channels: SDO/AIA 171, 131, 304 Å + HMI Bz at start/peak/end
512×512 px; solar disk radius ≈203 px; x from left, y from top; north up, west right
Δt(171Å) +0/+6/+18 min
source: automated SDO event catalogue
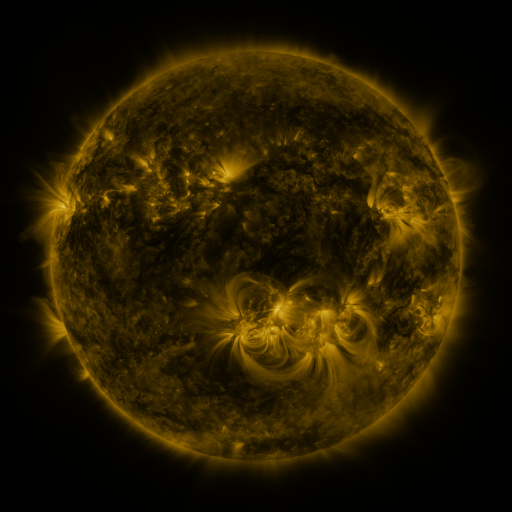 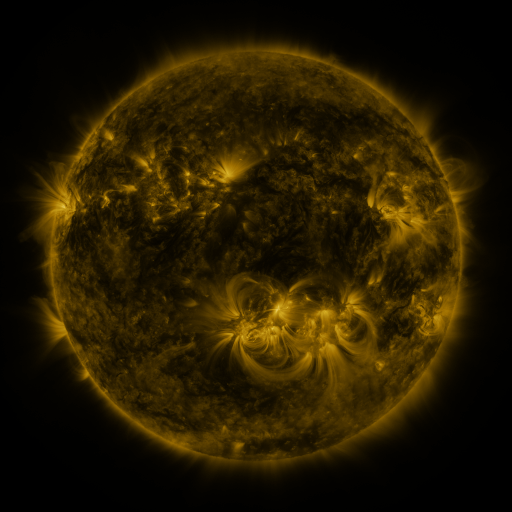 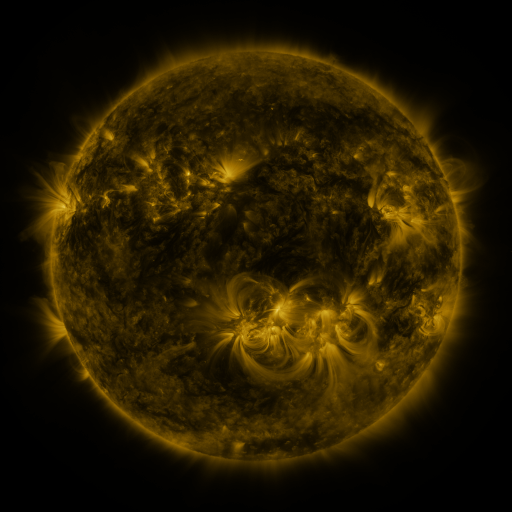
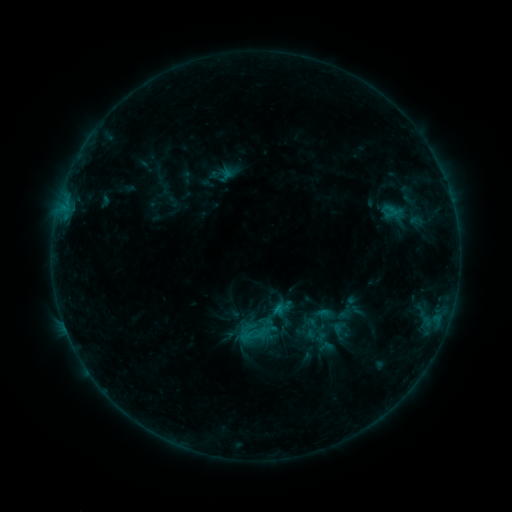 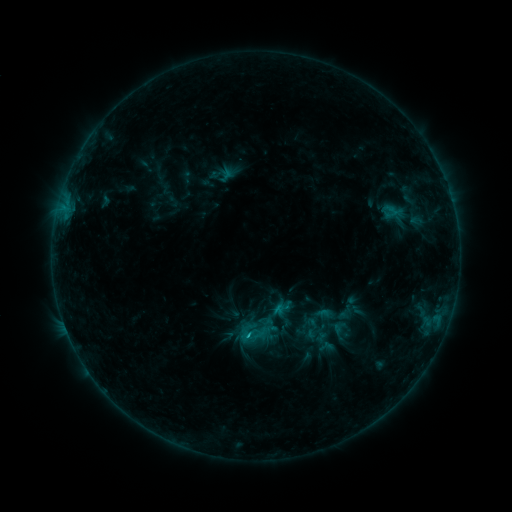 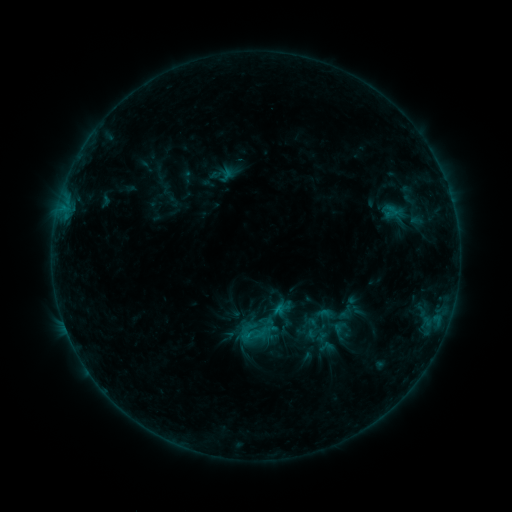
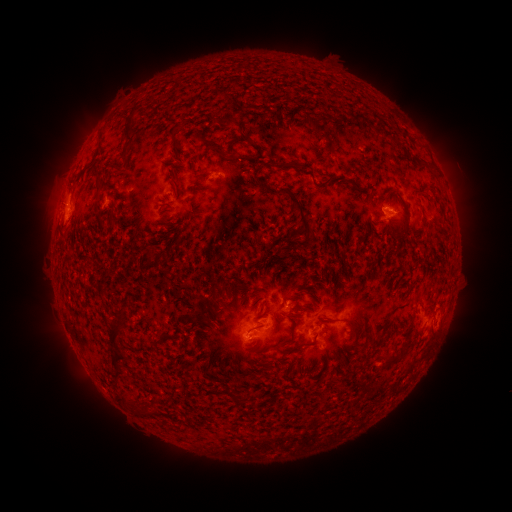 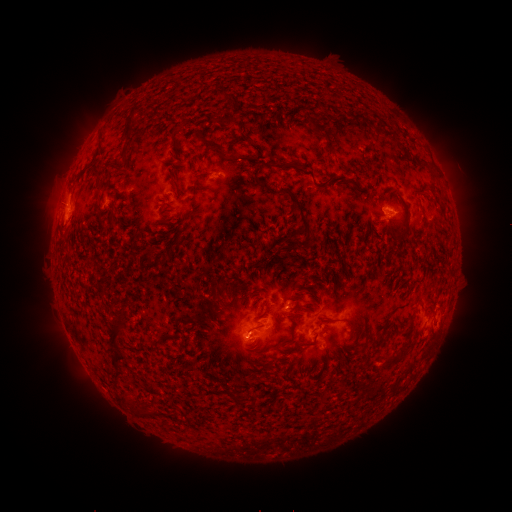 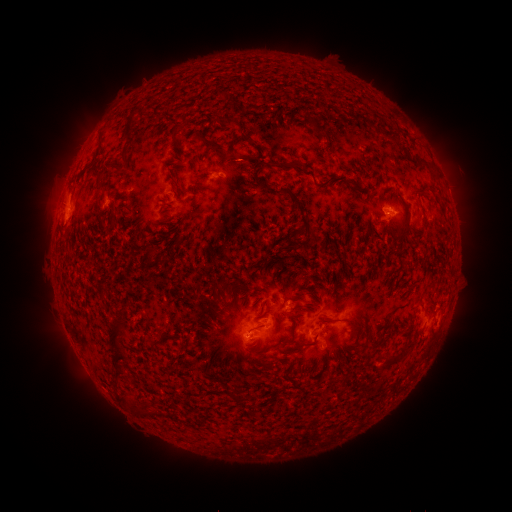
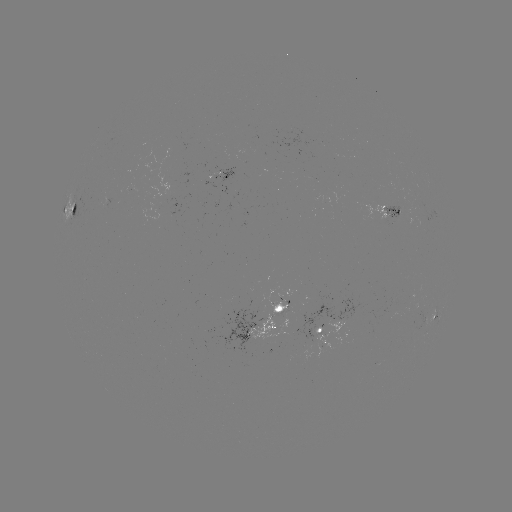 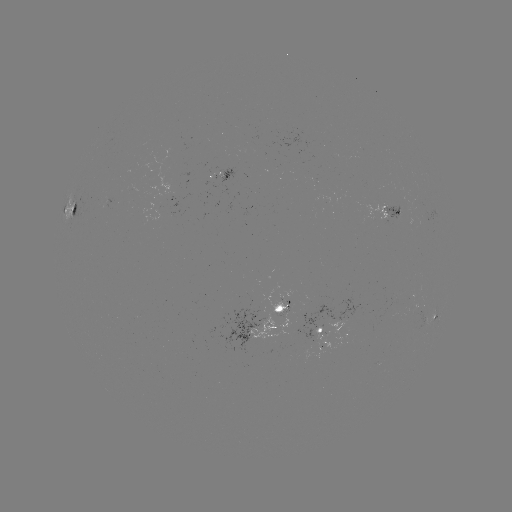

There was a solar flare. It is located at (385, 211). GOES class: B7.7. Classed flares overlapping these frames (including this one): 1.